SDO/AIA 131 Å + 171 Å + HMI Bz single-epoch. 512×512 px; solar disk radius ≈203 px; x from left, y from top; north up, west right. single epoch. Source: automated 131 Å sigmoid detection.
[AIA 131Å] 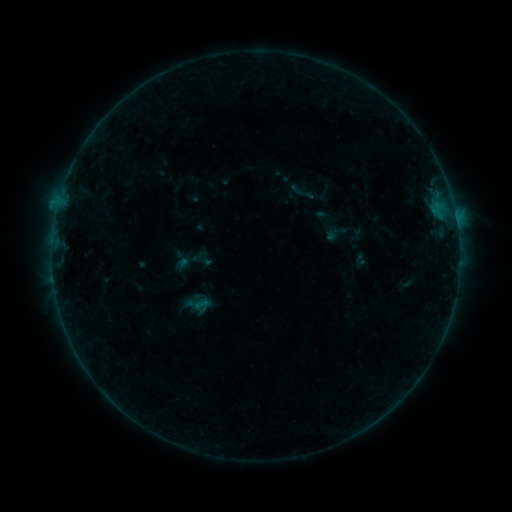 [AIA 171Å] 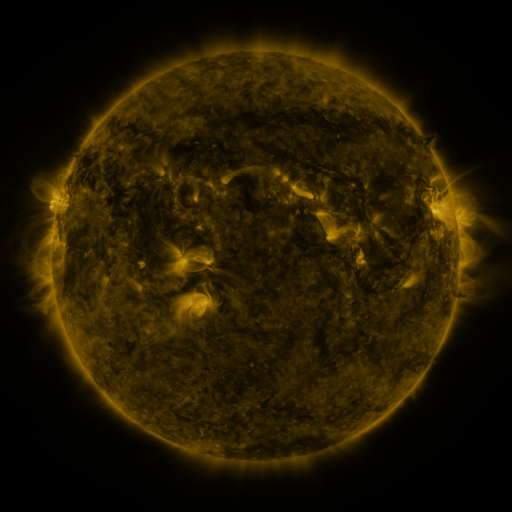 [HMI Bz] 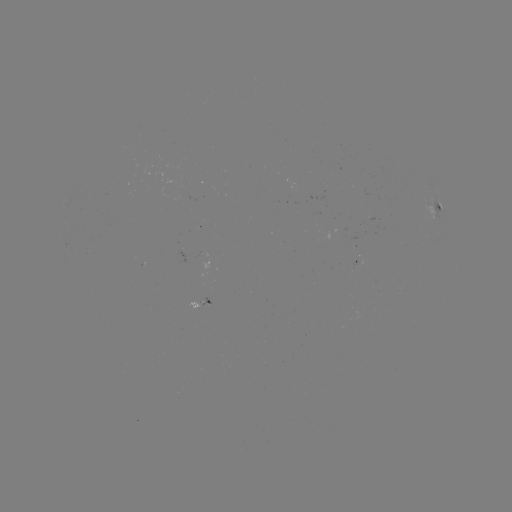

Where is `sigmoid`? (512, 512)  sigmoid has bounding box [287, 179, 318, 206].